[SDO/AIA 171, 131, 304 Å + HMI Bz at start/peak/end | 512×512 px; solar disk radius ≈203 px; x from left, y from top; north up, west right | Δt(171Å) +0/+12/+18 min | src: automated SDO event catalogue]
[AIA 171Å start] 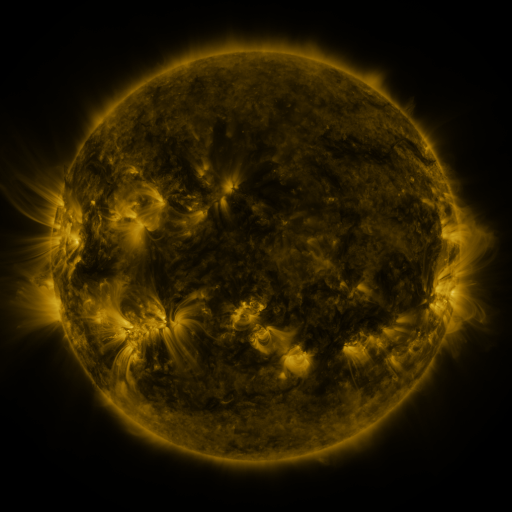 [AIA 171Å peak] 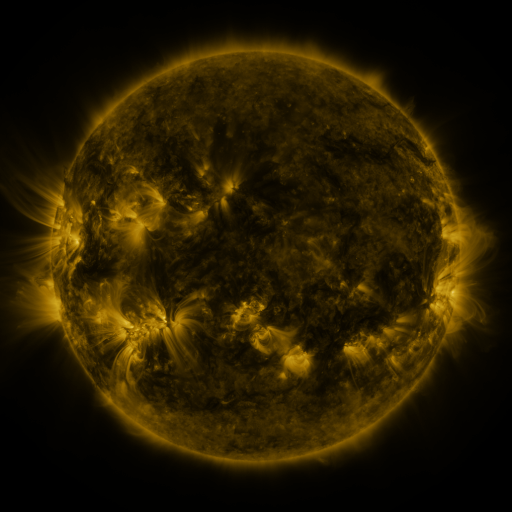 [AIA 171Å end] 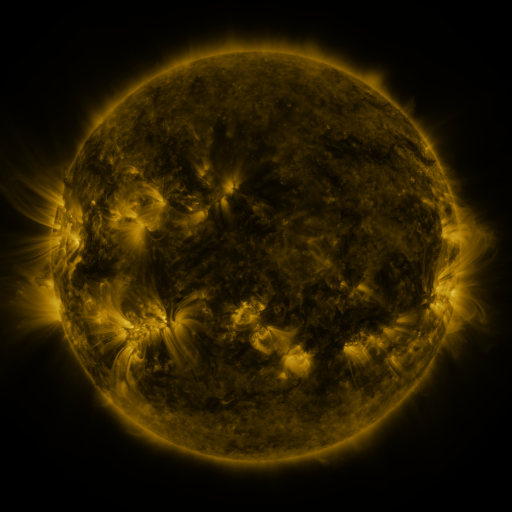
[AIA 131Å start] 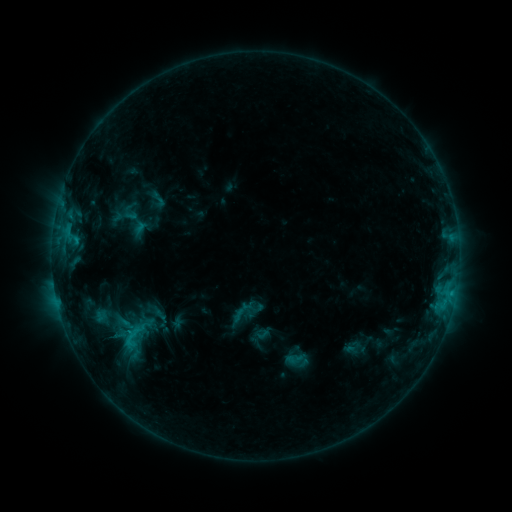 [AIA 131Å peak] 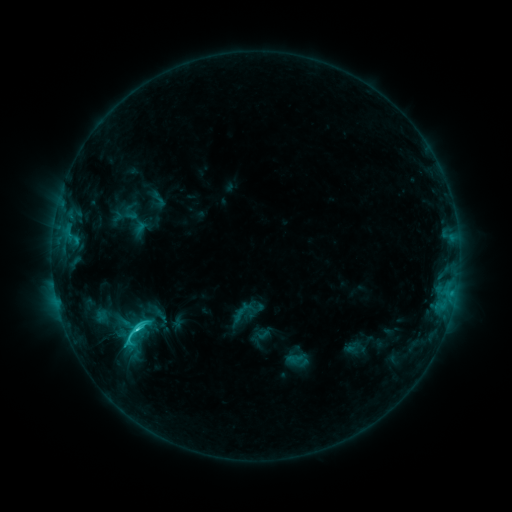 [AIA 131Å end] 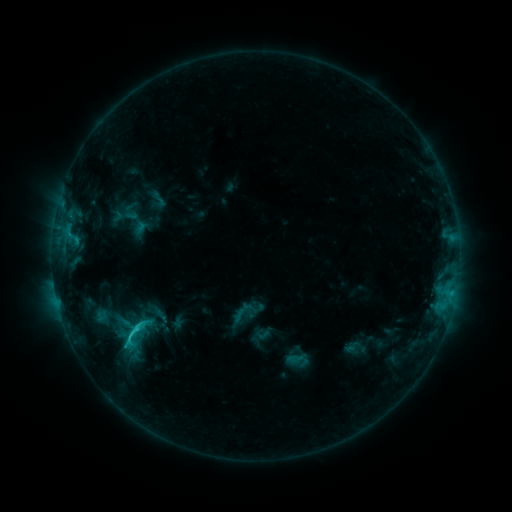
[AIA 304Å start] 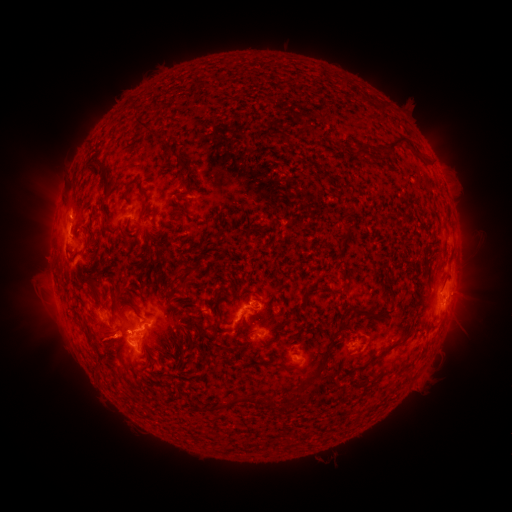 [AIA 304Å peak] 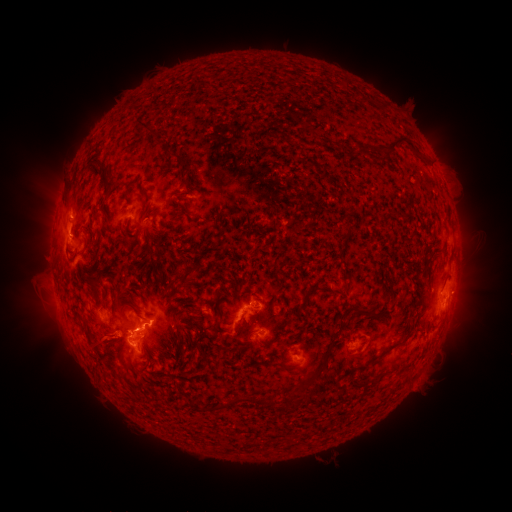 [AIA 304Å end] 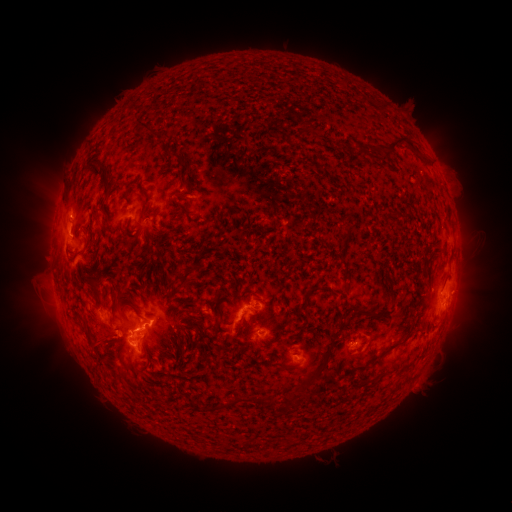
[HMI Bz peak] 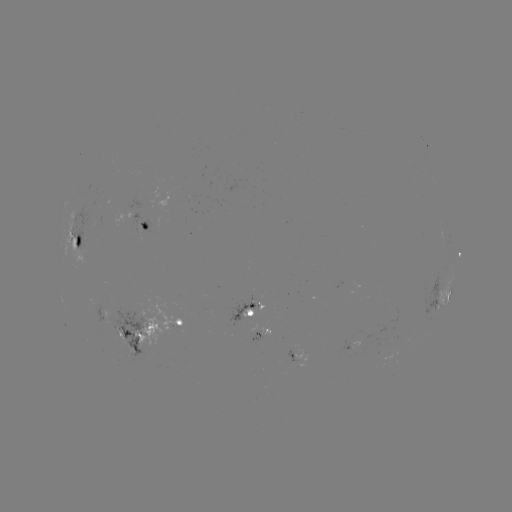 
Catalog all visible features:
C3.2 flare: (139, 326)
